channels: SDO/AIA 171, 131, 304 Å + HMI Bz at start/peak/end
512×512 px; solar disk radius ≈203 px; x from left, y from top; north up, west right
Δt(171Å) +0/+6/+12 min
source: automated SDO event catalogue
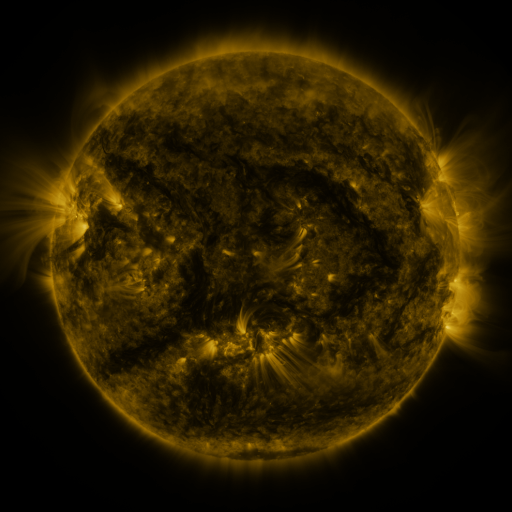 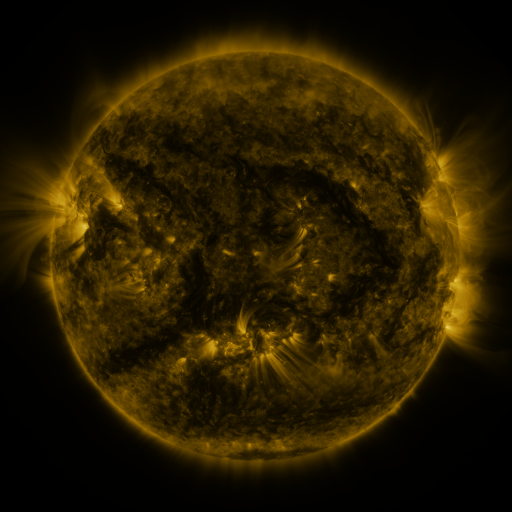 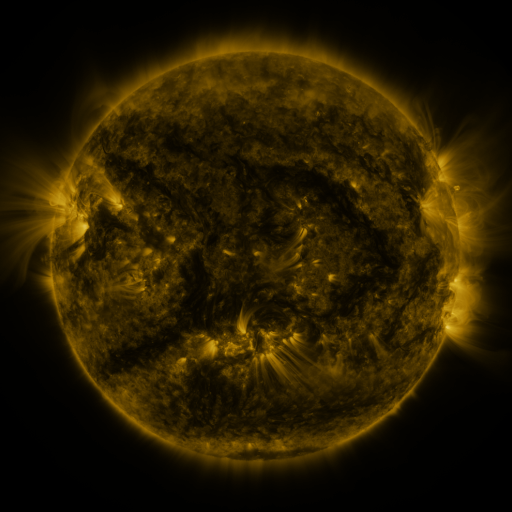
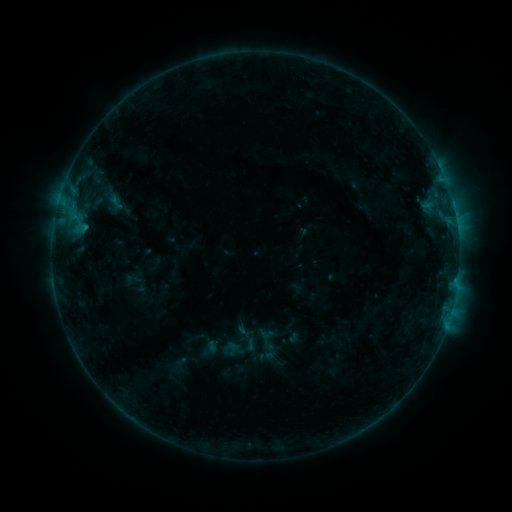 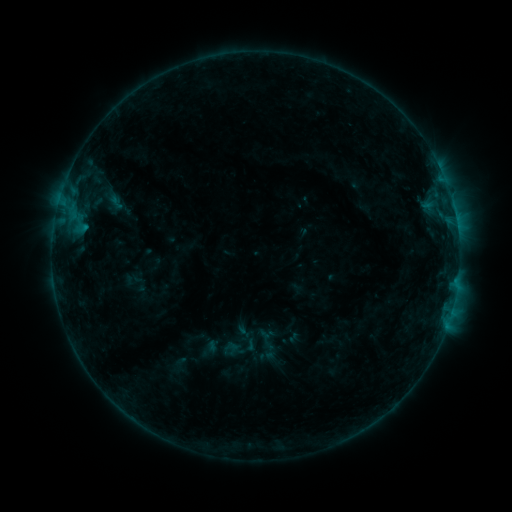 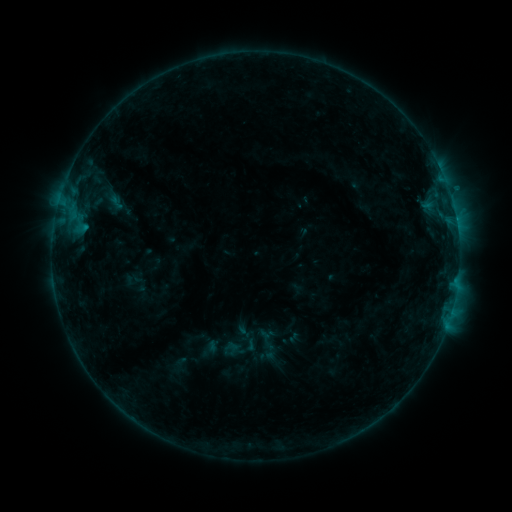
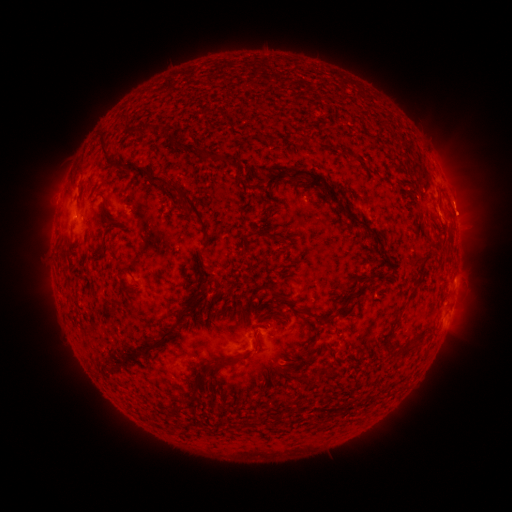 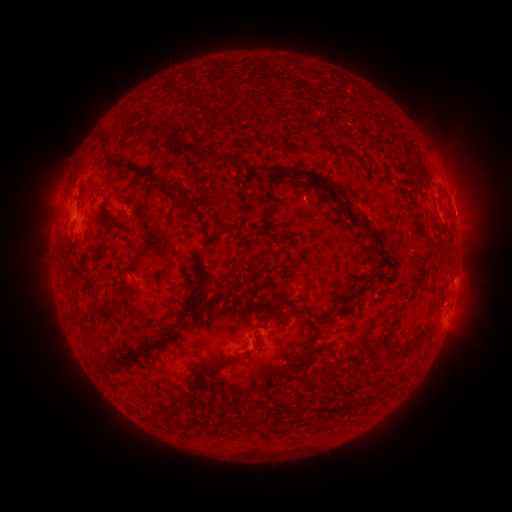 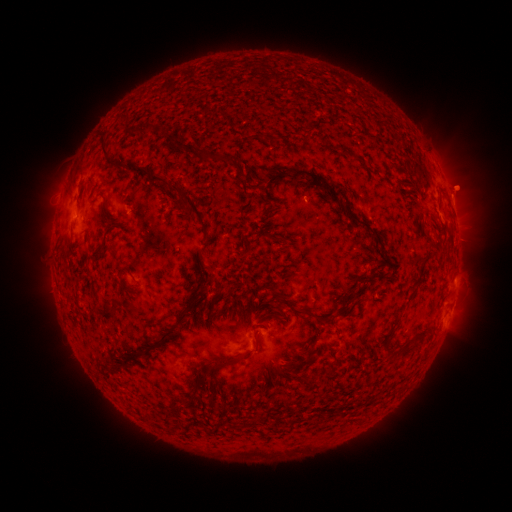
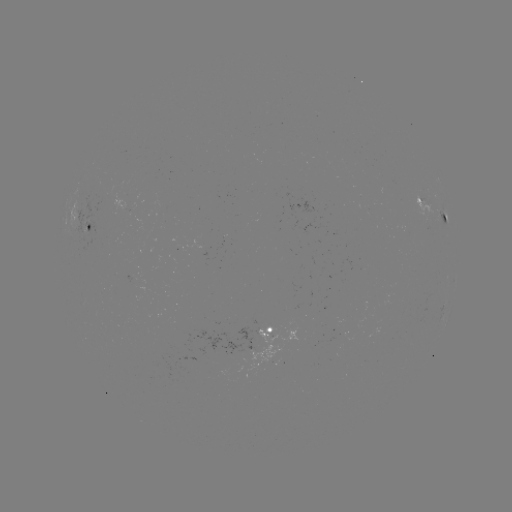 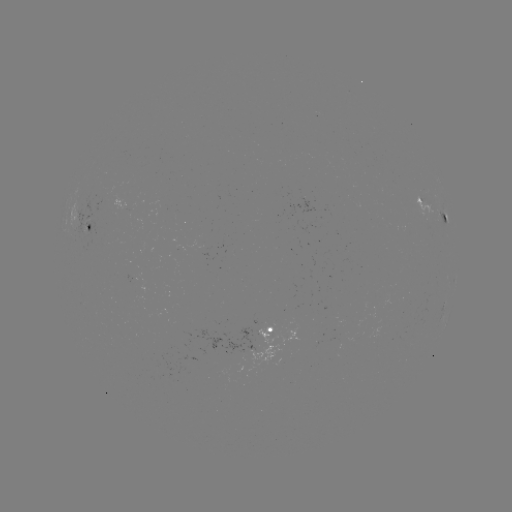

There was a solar eruption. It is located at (461, 205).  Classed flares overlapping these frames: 1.